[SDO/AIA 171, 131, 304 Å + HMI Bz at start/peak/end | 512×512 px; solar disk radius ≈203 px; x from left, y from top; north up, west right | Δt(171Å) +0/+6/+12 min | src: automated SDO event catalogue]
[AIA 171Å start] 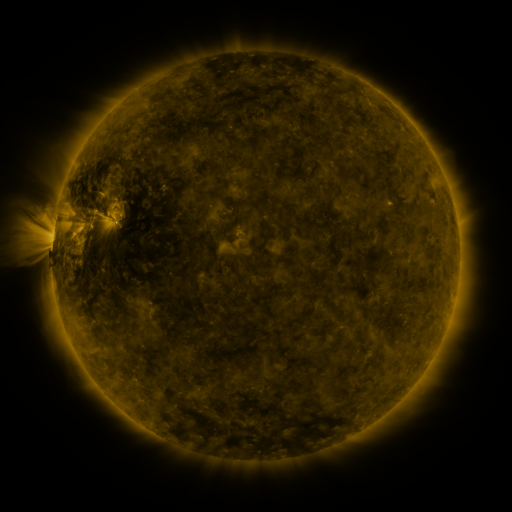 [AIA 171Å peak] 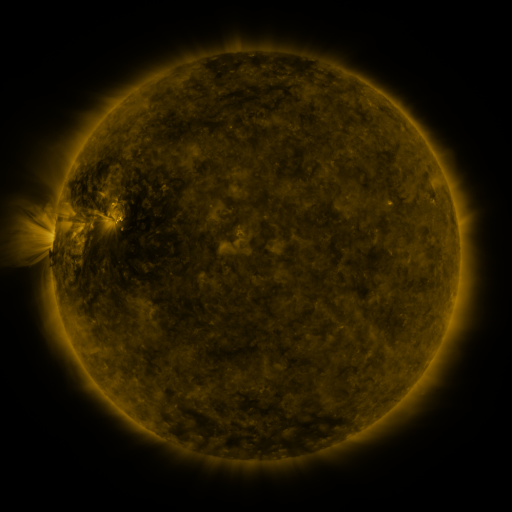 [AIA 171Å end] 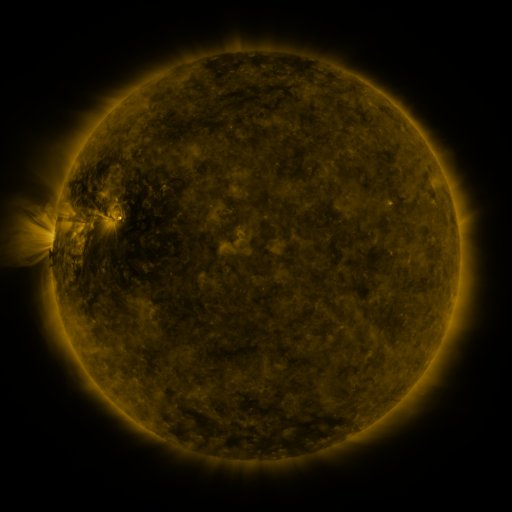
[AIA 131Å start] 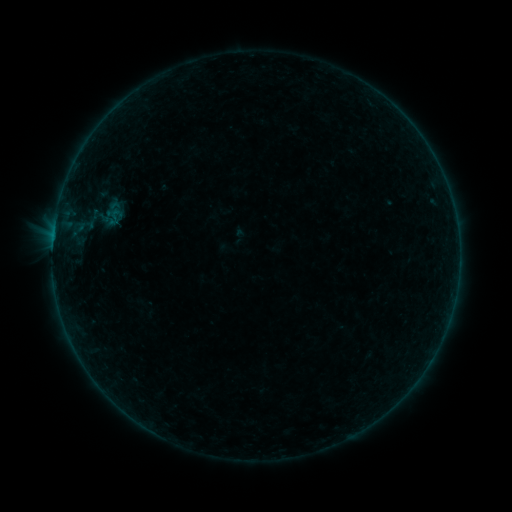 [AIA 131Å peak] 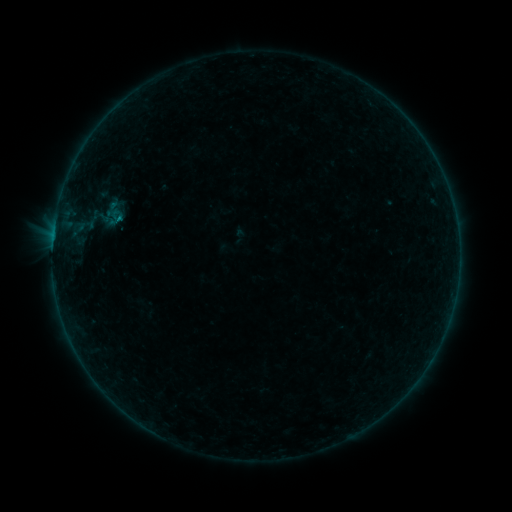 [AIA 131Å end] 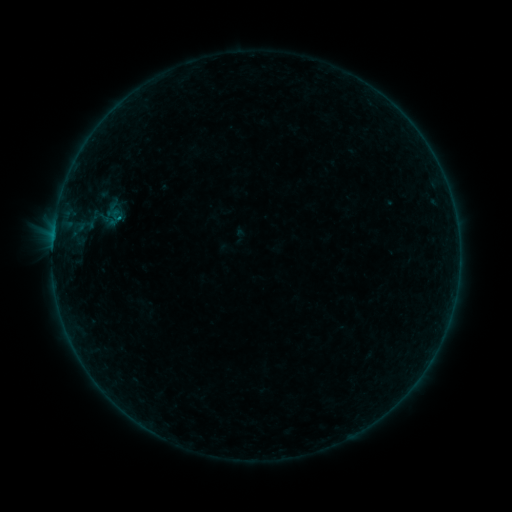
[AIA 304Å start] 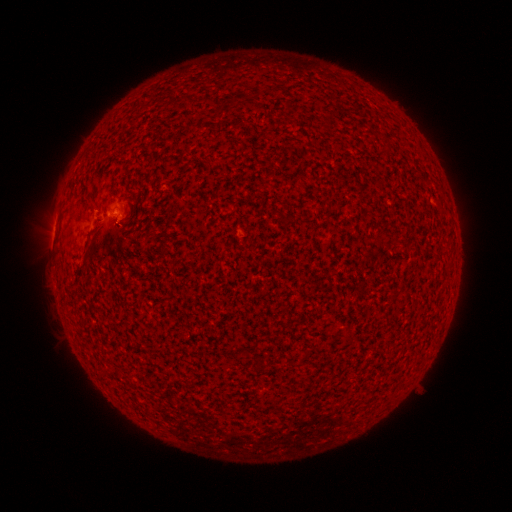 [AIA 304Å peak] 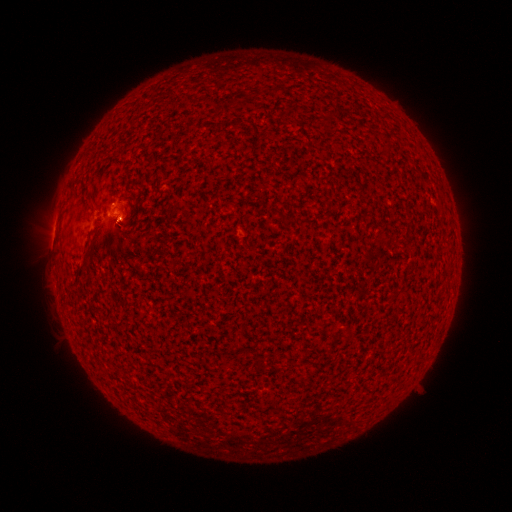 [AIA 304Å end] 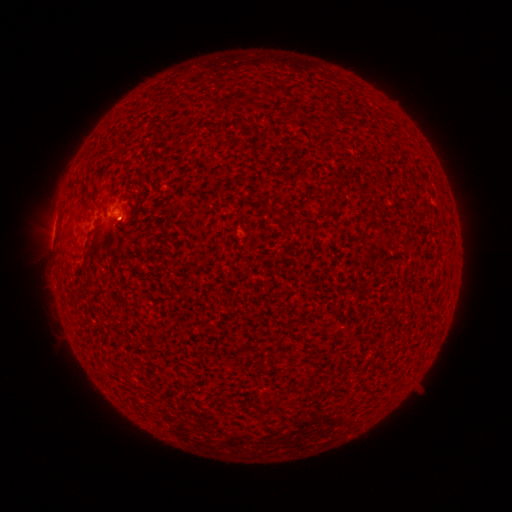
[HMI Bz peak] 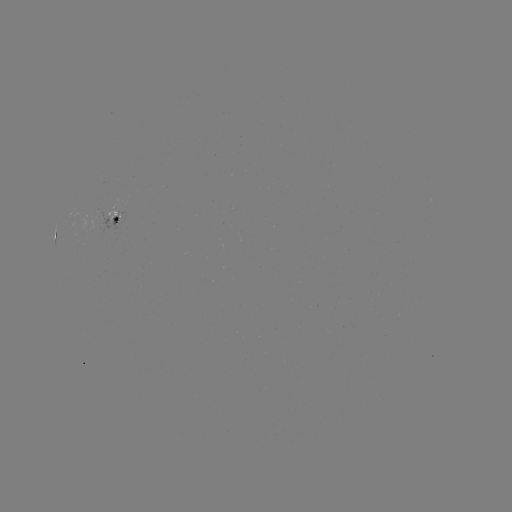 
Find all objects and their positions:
B2.9 flare: (120, 221)
